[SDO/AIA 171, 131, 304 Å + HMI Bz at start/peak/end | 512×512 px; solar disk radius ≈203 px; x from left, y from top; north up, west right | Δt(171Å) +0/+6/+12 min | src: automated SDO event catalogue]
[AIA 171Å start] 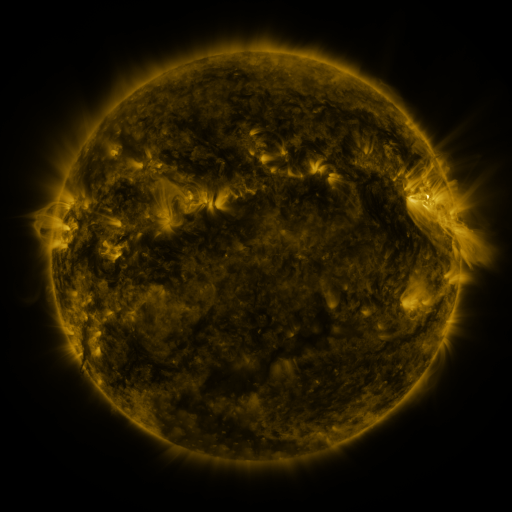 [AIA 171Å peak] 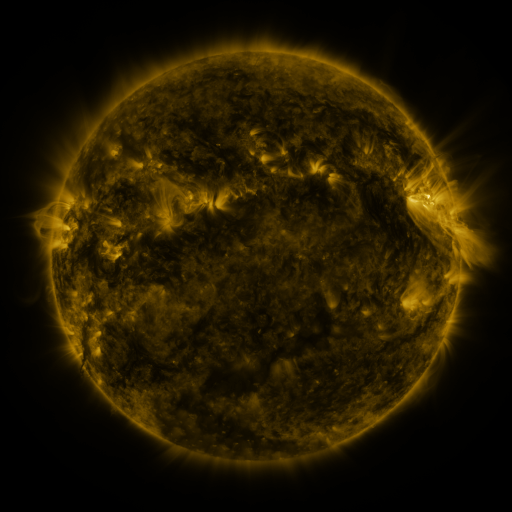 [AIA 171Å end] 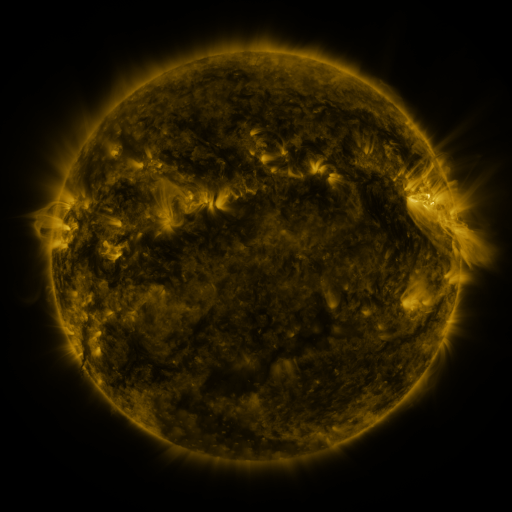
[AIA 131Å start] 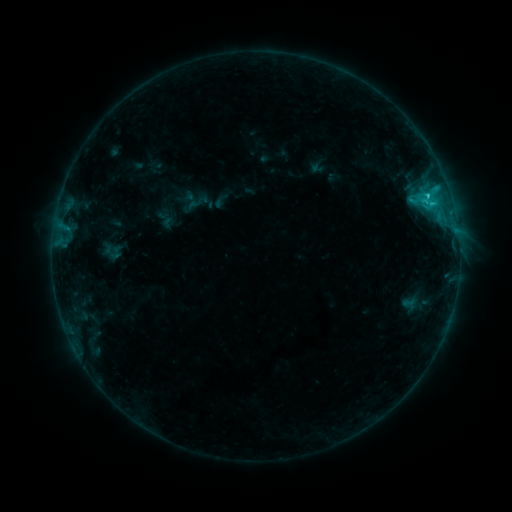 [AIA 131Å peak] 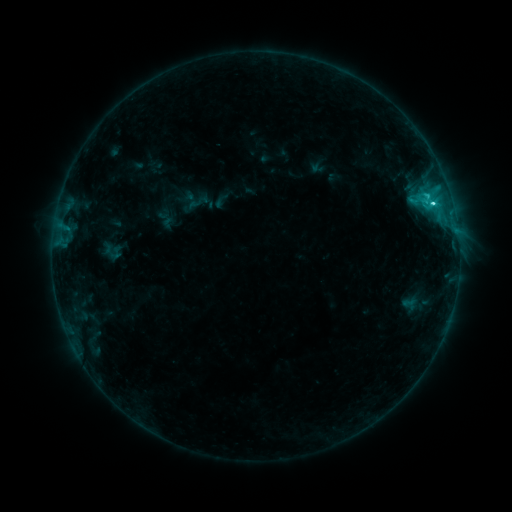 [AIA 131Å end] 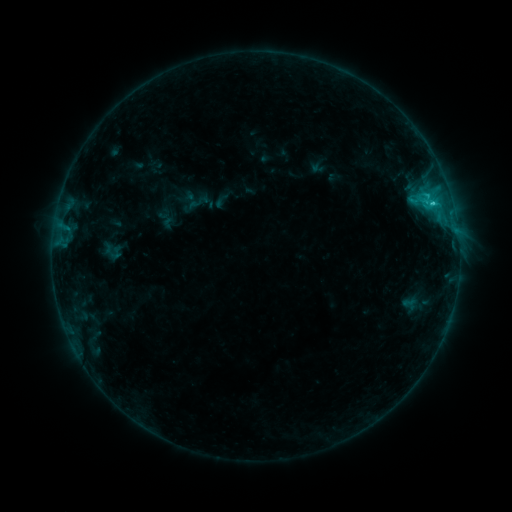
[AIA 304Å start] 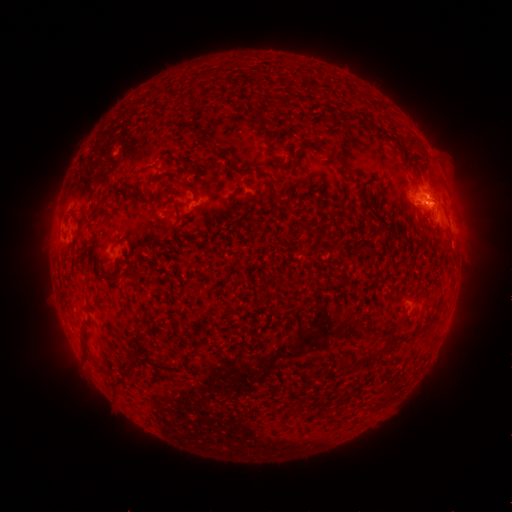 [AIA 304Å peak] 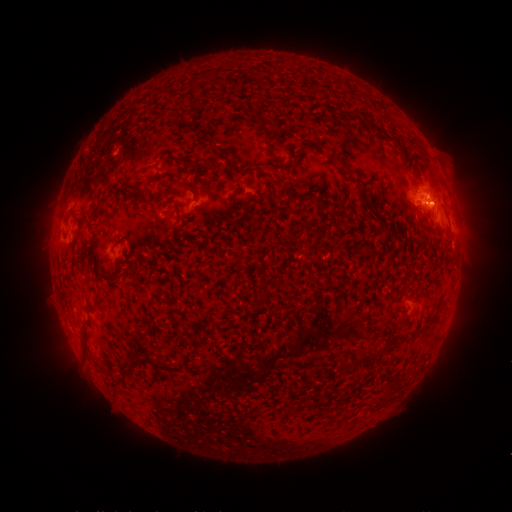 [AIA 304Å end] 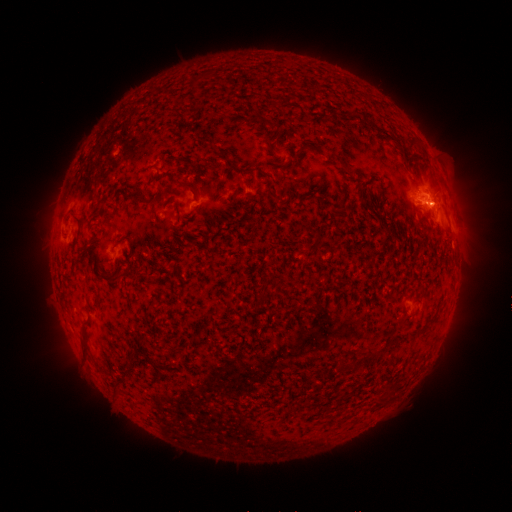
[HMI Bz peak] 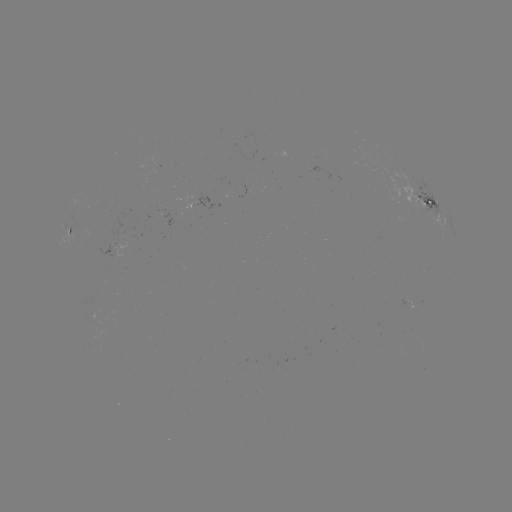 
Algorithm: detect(C2.2 flare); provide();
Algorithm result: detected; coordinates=432,206